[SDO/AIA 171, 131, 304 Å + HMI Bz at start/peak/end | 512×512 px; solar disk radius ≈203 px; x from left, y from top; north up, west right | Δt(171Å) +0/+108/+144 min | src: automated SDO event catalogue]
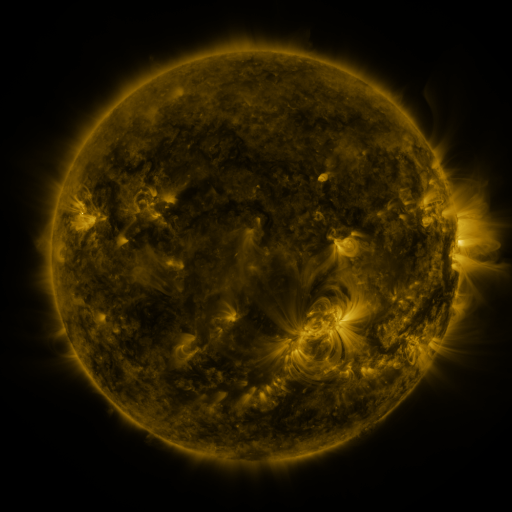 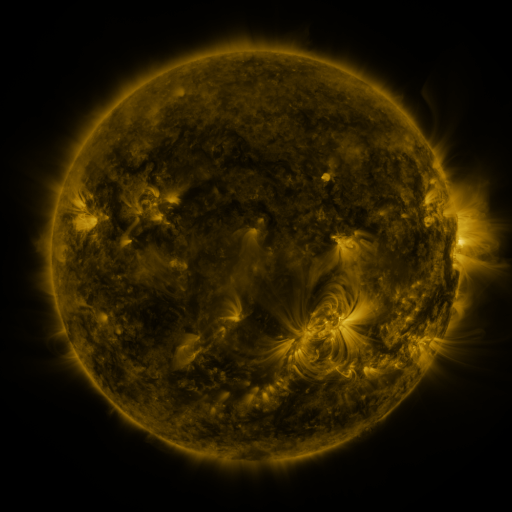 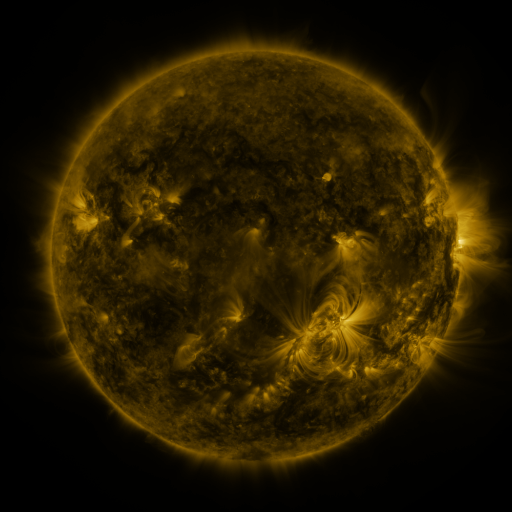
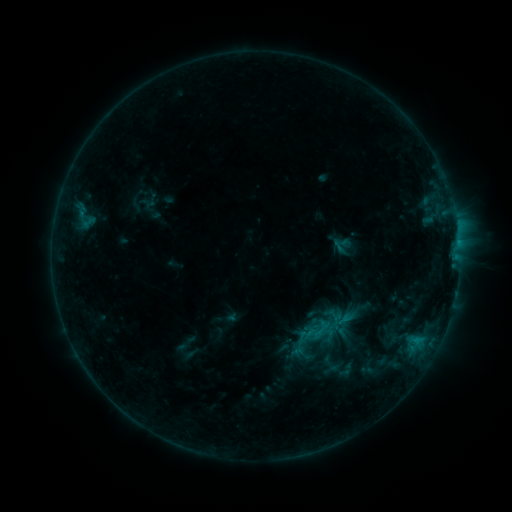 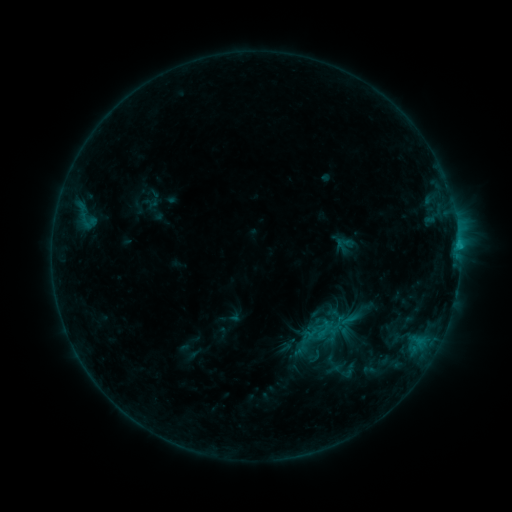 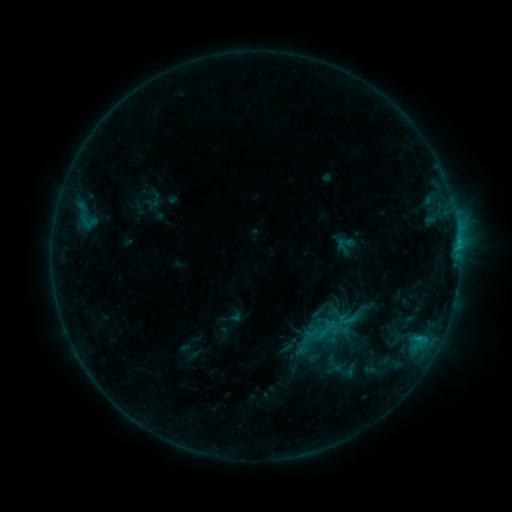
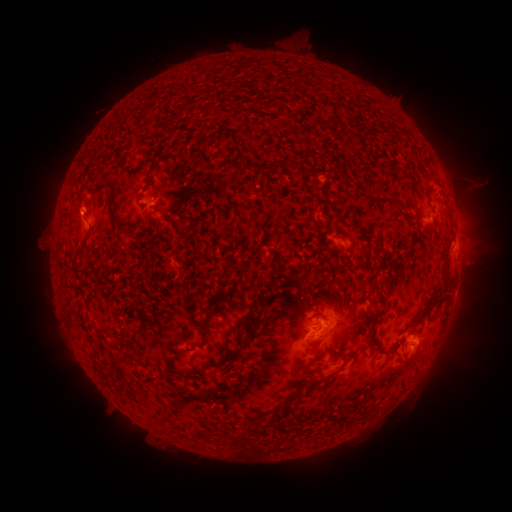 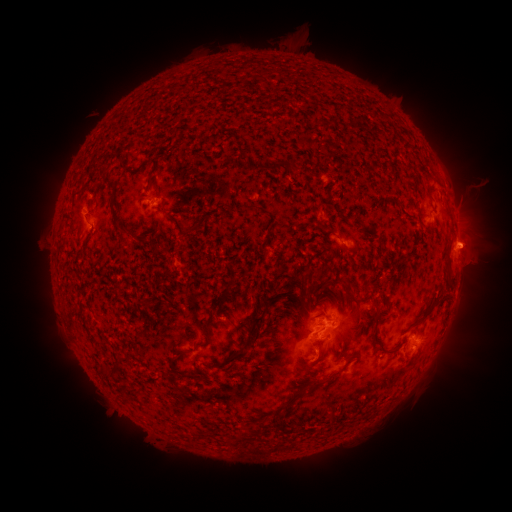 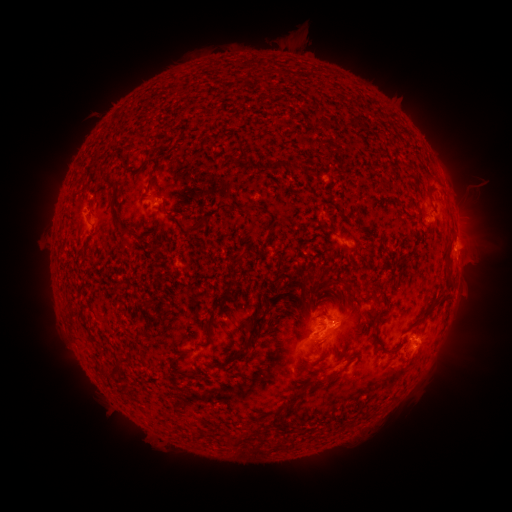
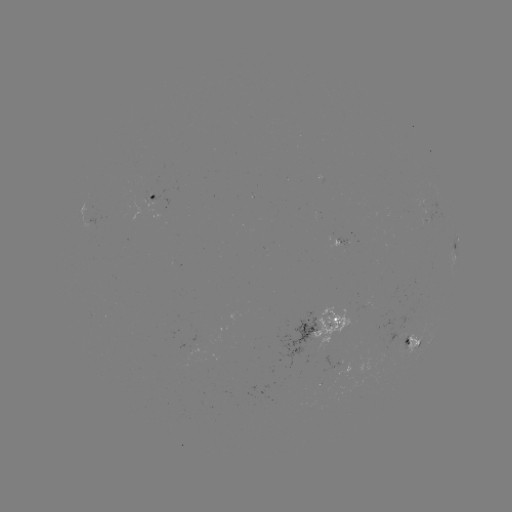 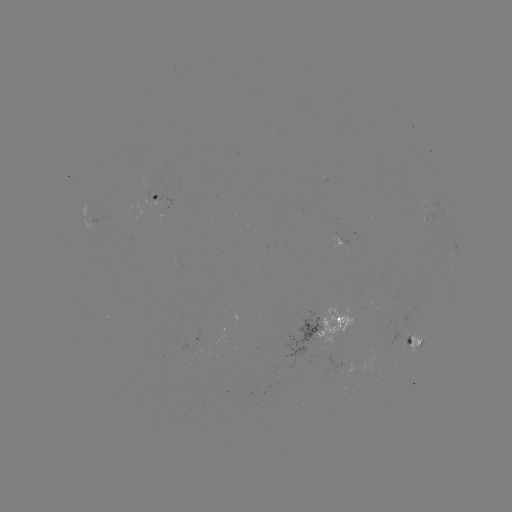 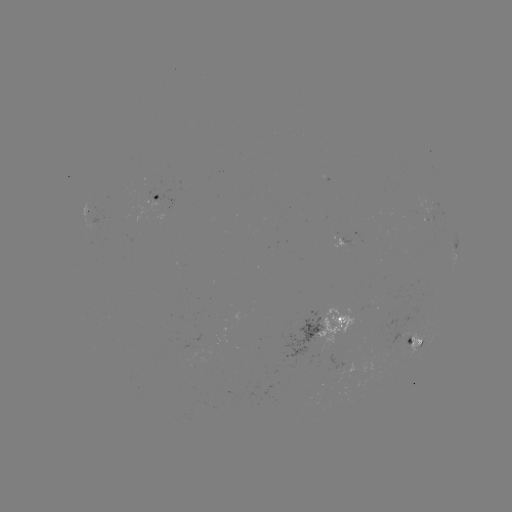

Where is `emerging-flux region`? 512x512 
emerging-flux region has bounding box [188, 332, 204, 360].